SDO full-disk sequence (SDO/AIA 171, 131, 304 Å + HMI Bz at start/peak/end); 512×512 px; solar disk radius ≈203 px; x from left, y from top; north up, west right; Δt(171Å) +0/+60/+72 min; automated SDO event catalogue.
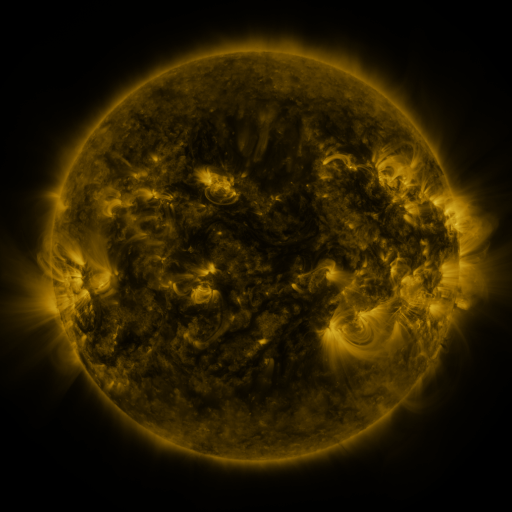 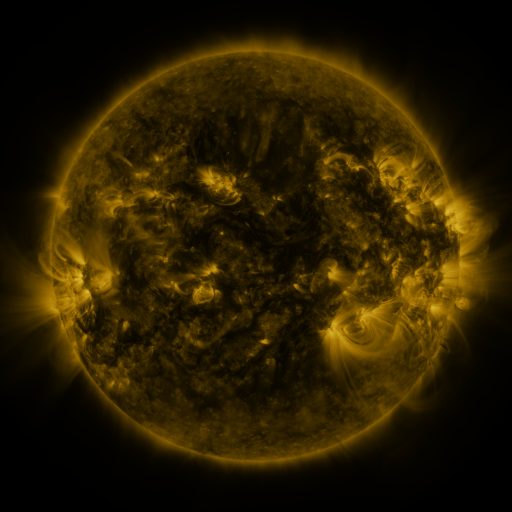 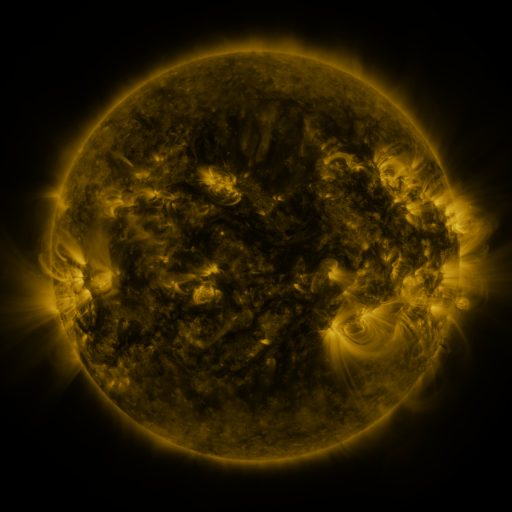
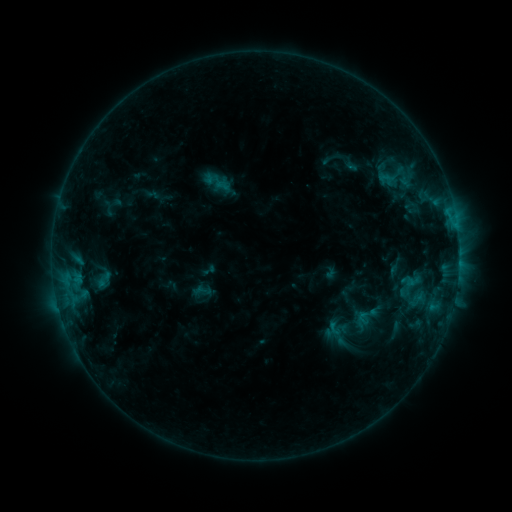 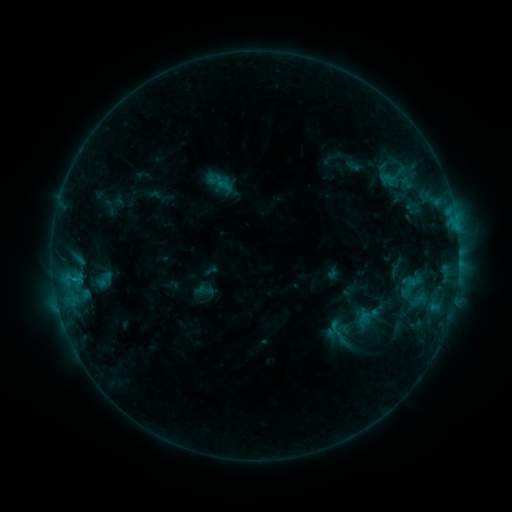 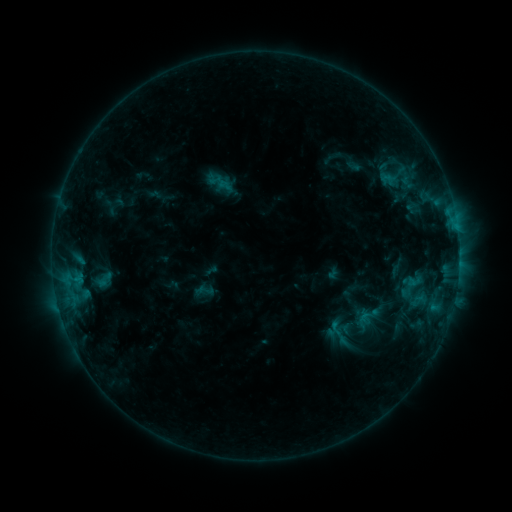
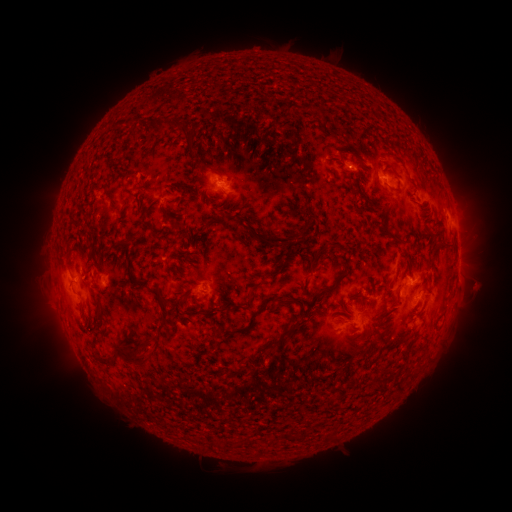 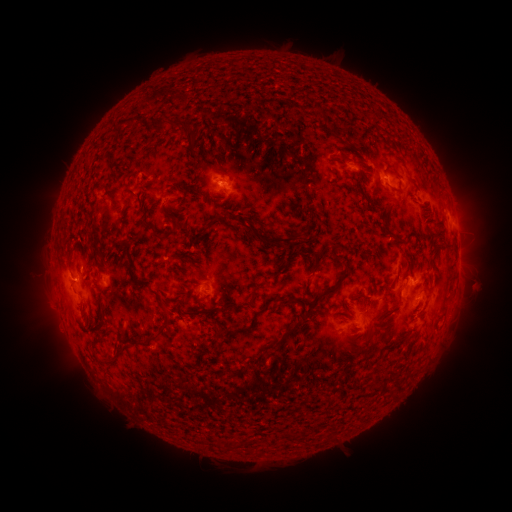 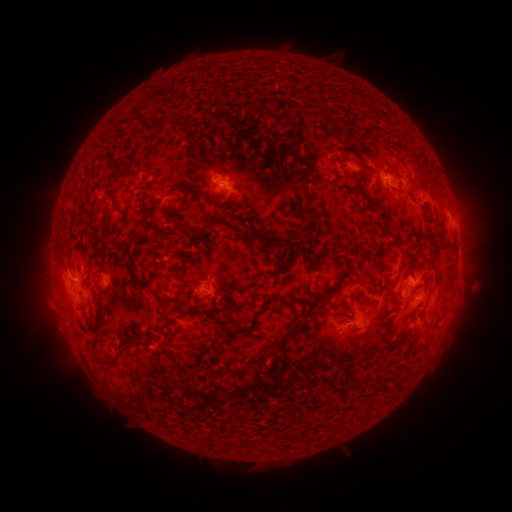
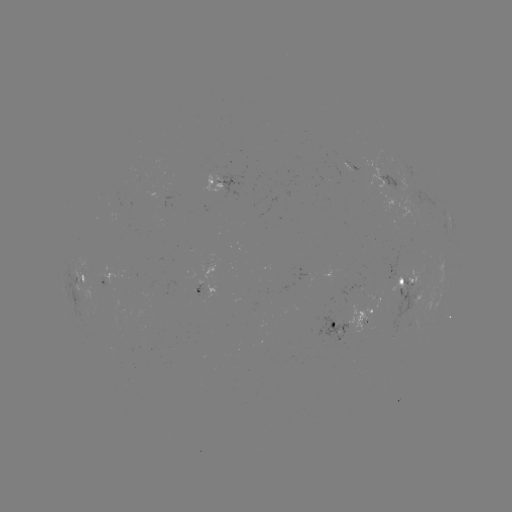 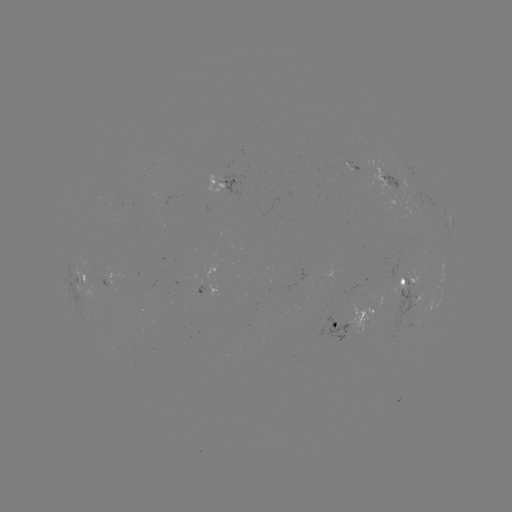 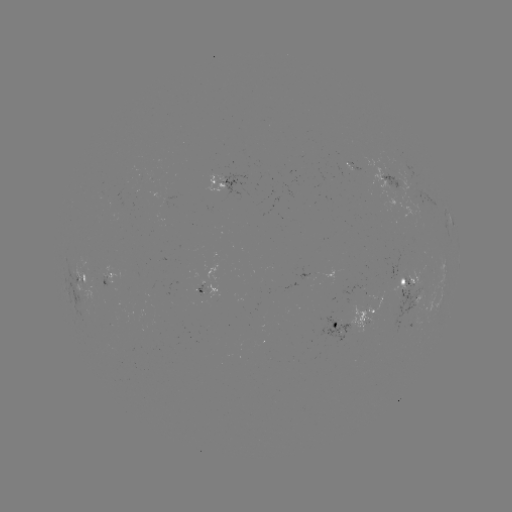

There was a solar emerging-flux region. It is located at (218, 183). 